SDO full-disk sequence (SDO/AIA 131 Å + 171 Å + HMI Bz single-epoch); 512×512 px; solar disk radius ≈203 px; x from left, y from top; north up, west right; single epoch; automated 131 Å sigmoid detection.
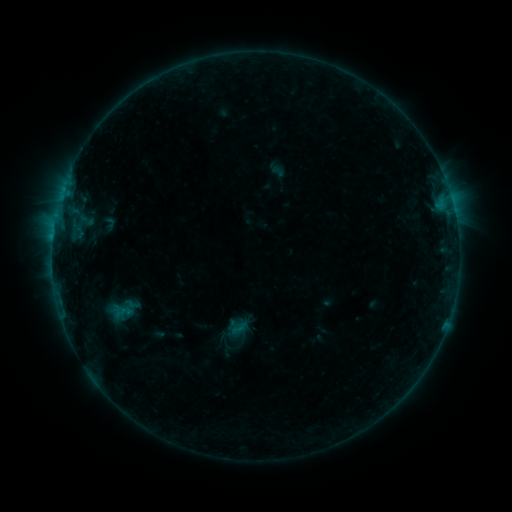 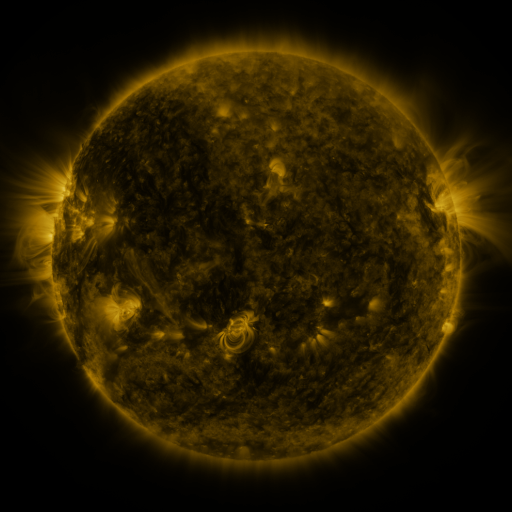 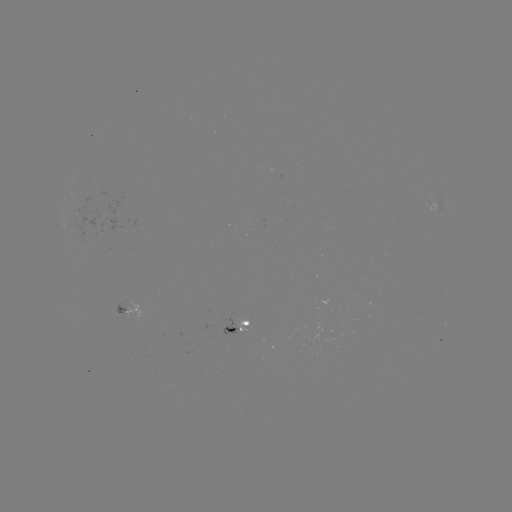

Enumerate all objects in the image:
sigmoid: (237, 328)
